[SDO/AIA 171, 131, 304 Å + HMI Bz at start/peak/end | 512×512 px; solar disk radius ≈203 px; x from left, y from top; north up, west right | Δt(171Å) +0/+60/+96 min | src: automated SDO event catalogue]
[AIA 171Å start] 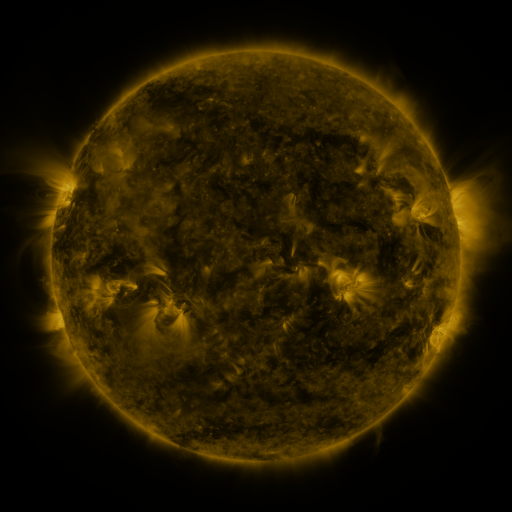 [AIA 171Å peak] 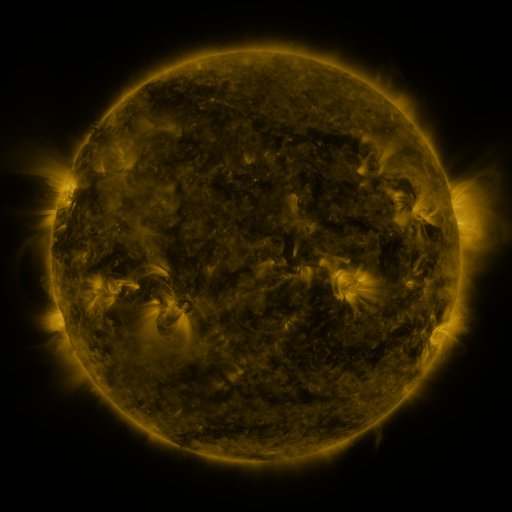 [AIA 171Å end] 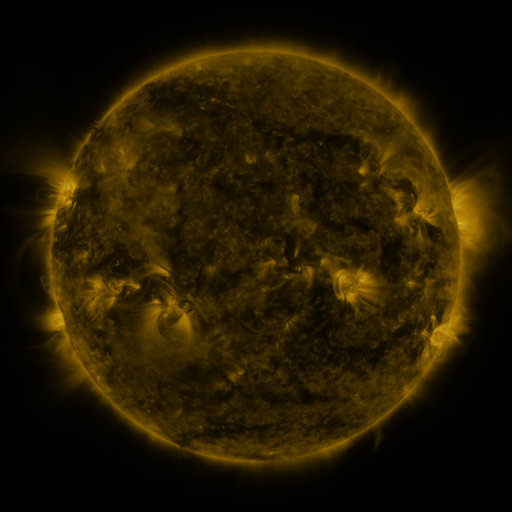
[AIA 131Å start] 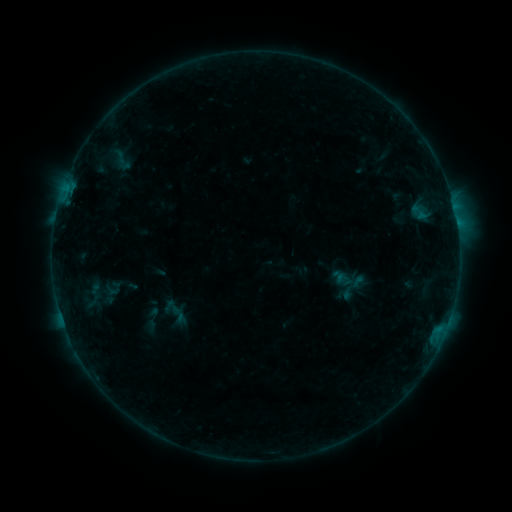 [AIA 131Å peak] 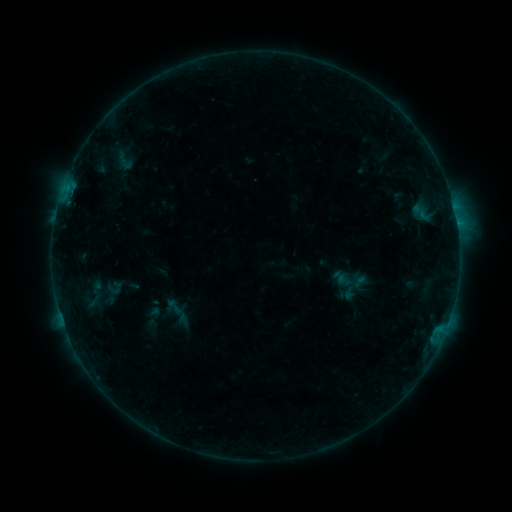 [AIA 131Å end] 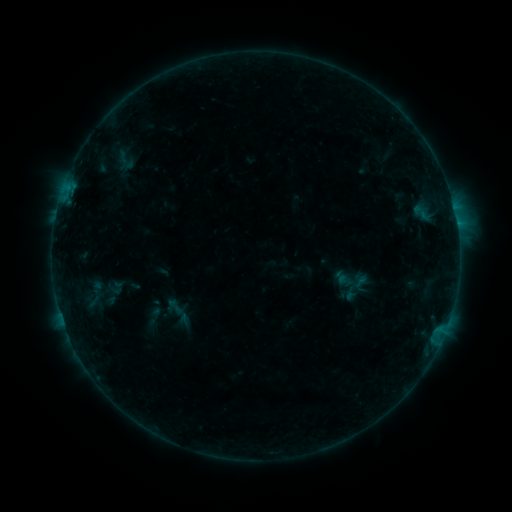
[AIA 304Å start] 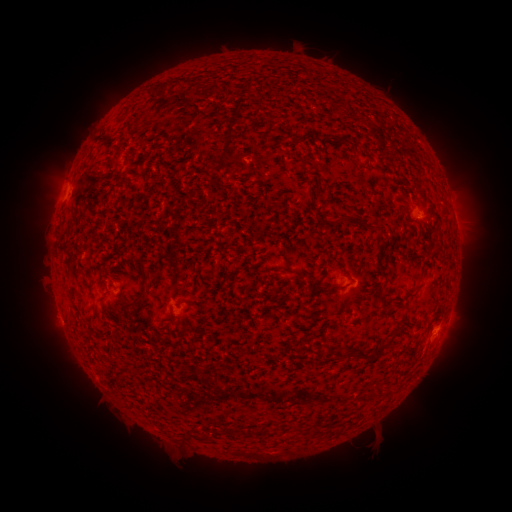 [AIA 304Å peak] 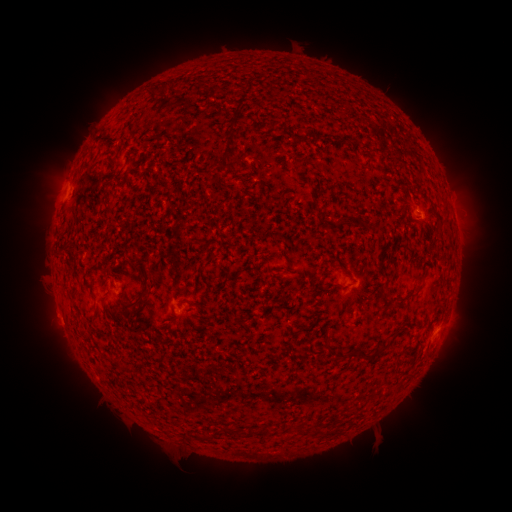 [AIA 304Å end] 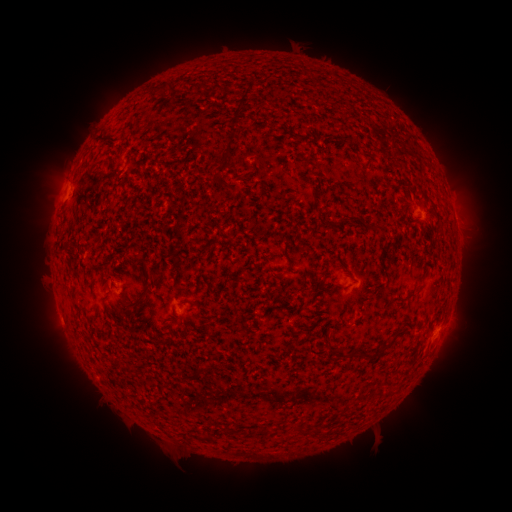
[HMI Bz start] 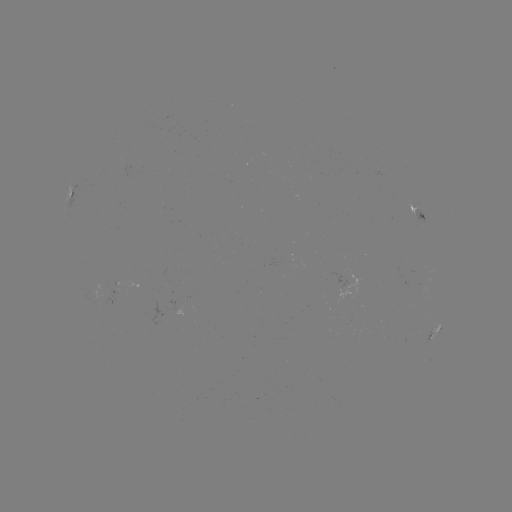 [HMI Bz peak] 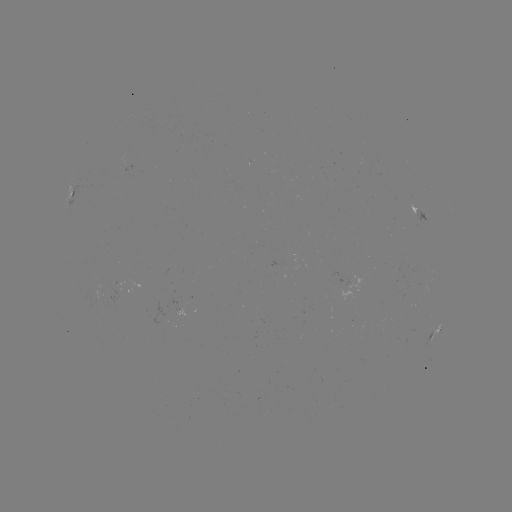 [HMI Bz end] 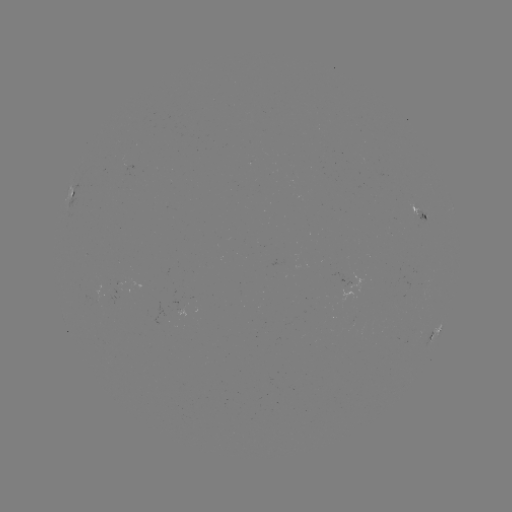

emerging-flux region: [413, 208, 428, 226]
